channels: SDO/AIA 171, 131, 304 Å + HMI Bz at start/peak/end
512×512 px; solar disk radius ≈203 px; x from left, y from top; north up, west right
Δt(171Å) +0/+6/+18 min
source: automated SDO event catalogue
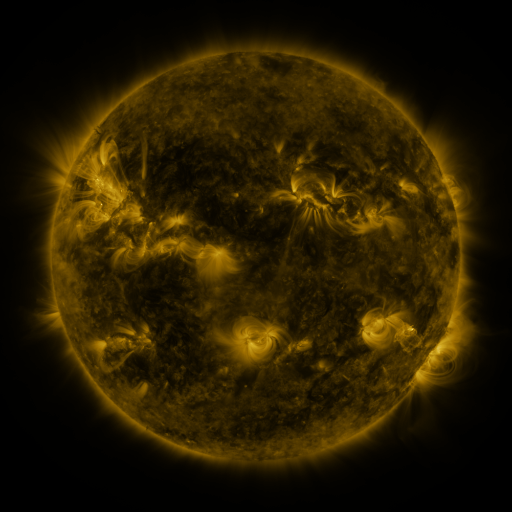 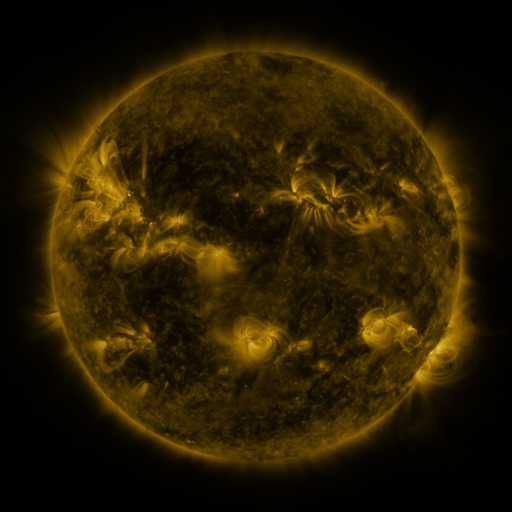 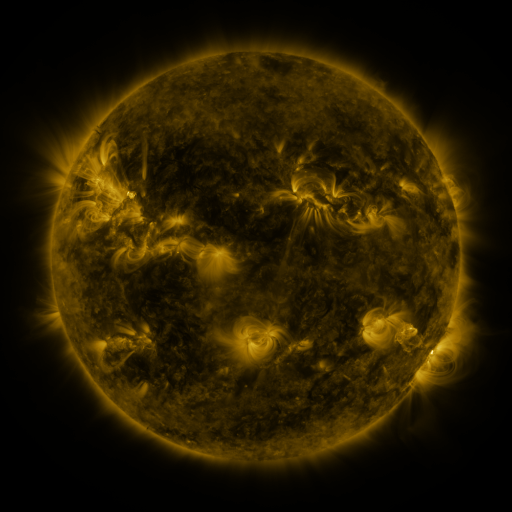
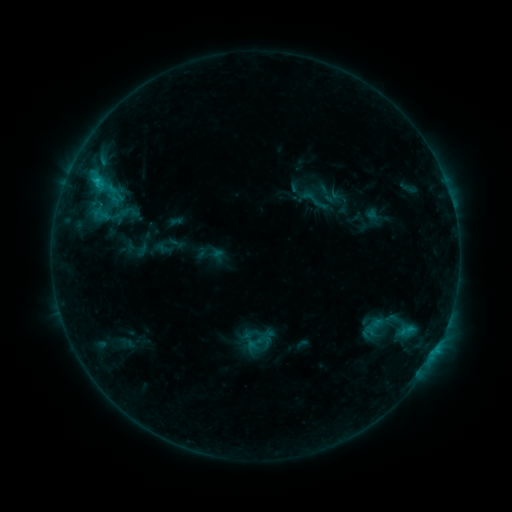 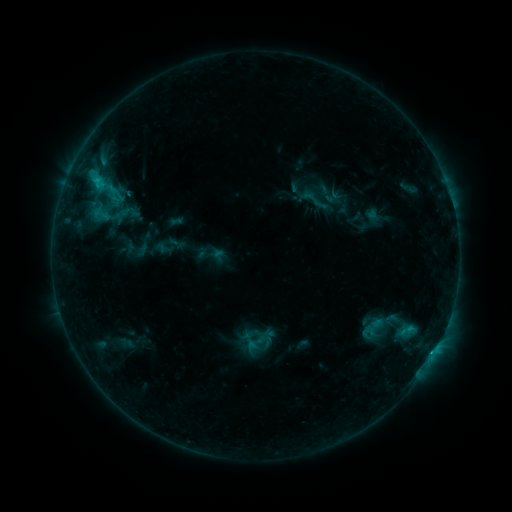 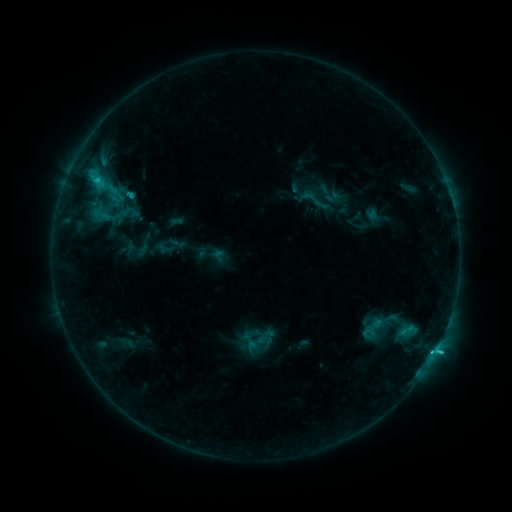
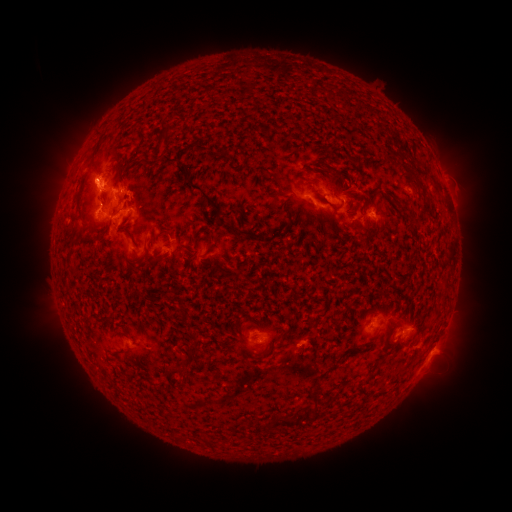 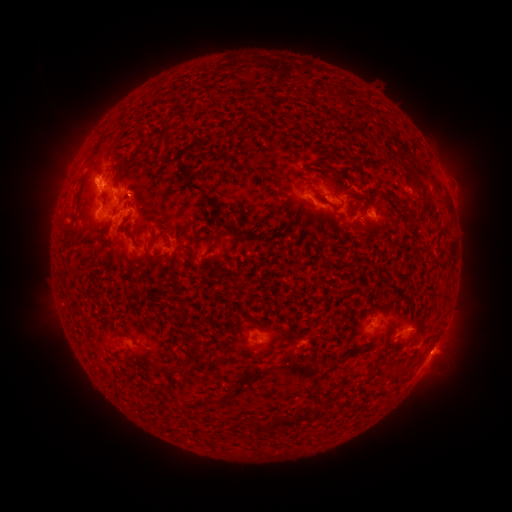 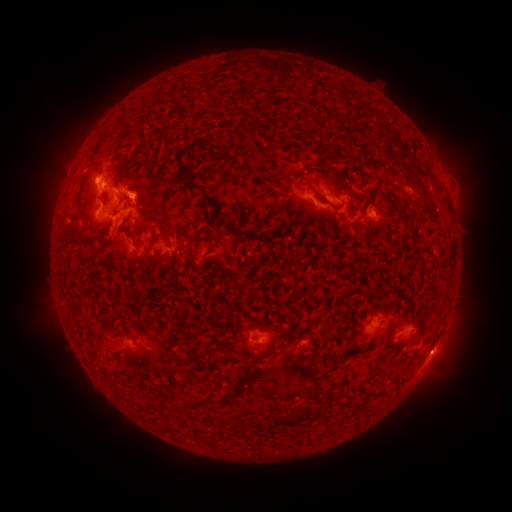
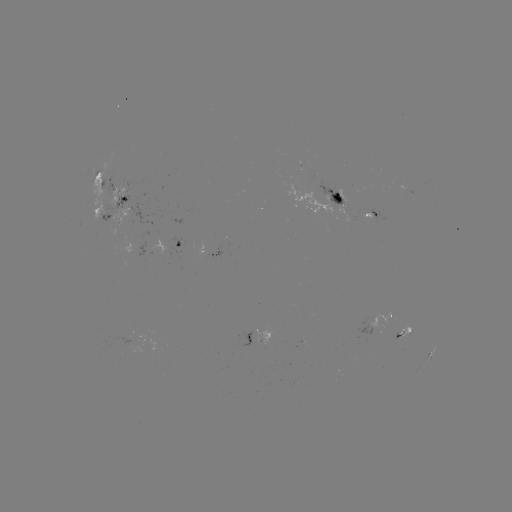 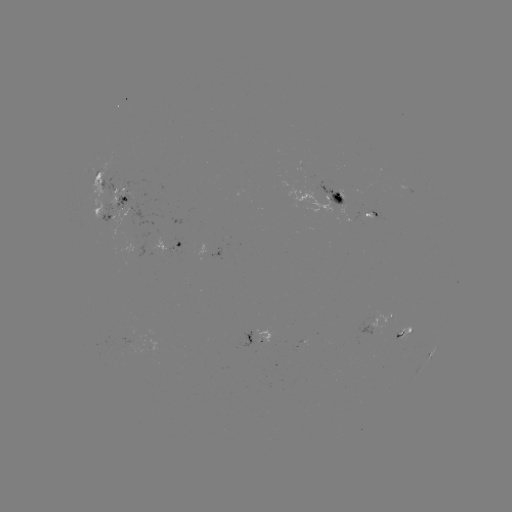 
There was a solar flare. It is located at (97, 182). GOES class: C3.1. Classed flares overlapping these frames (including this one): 1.